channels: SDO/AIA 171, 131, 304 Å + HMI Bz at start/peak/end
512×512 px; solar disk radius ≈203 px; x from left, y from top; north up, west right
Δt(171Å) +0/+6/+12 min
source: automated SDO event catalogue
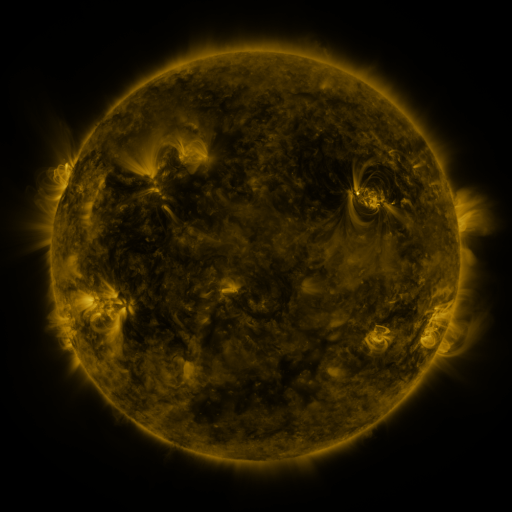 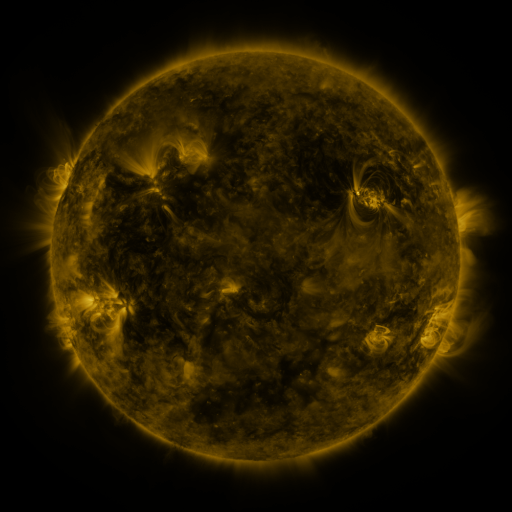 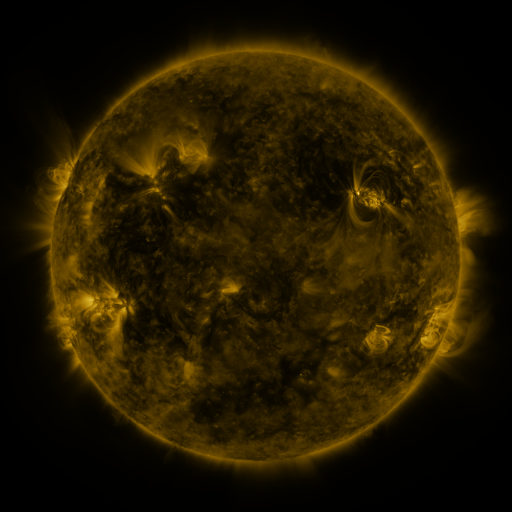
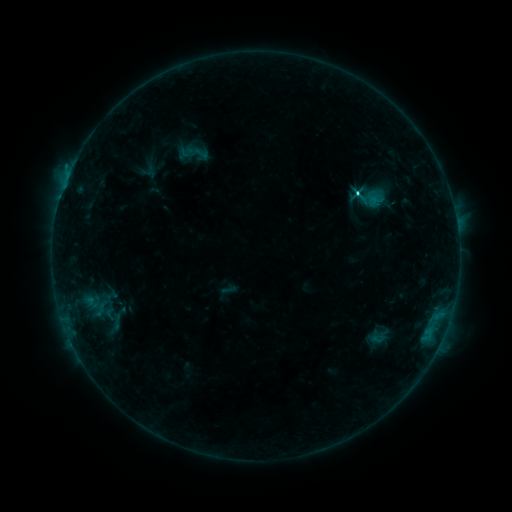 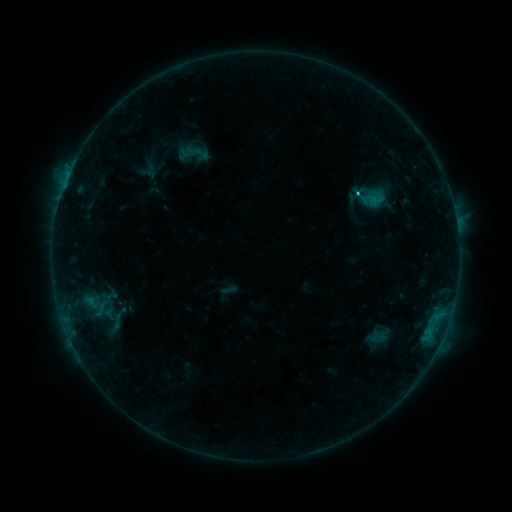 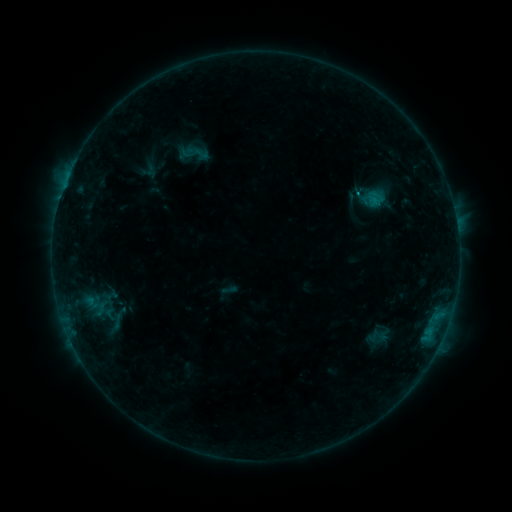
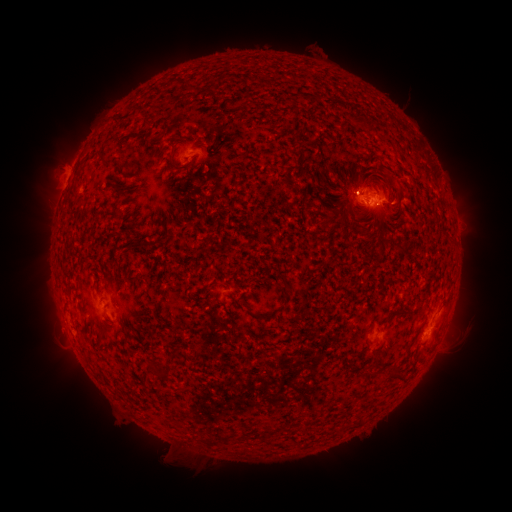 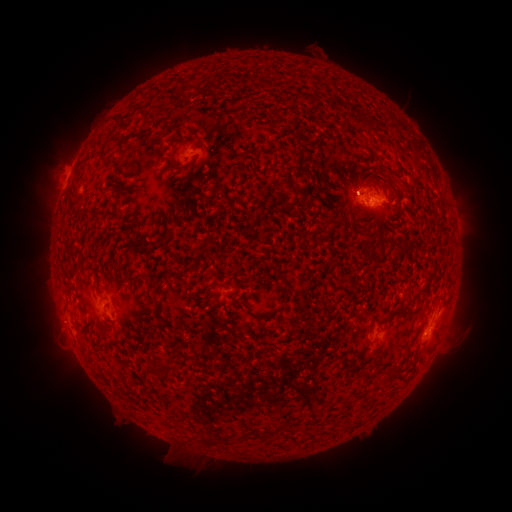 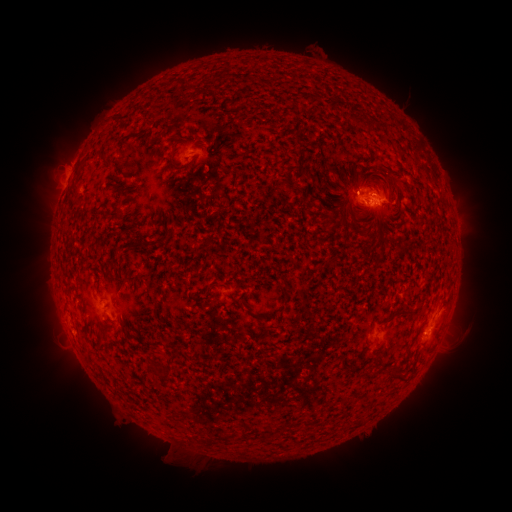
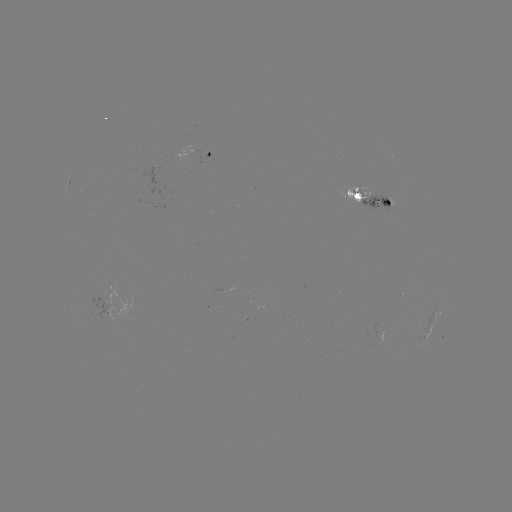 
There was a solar flare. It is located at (358, 195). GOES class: C1.5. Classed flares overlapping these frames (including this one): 2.